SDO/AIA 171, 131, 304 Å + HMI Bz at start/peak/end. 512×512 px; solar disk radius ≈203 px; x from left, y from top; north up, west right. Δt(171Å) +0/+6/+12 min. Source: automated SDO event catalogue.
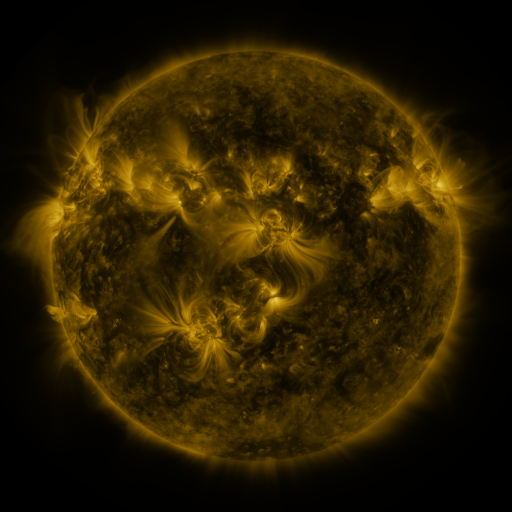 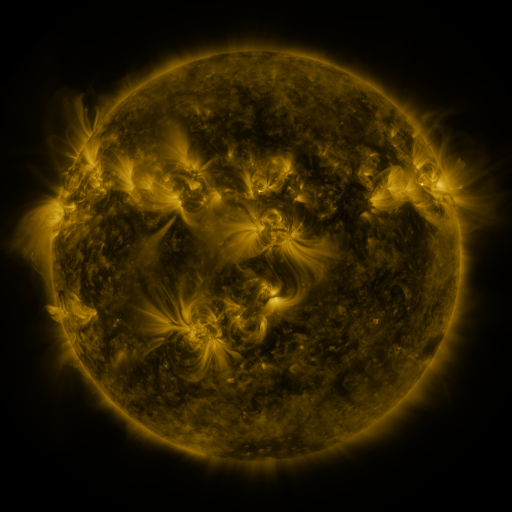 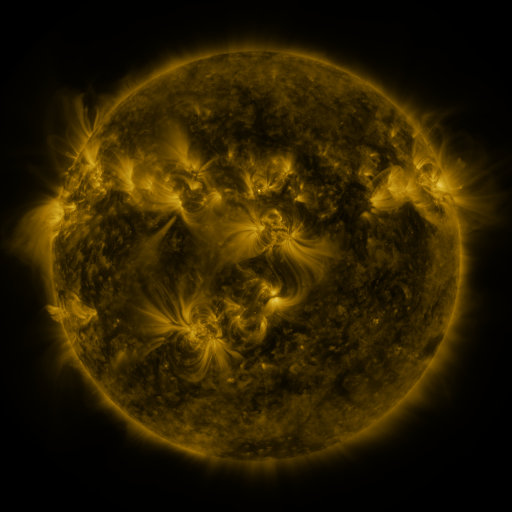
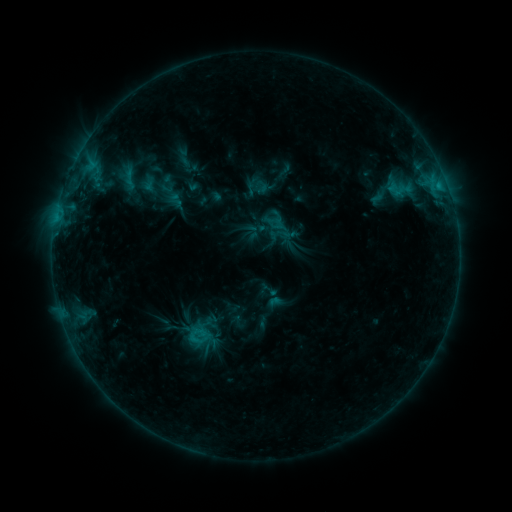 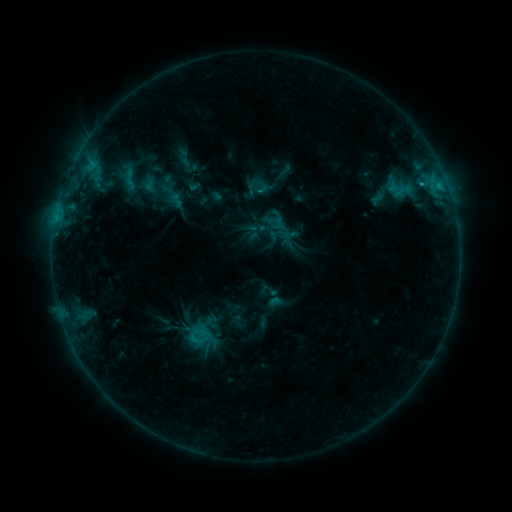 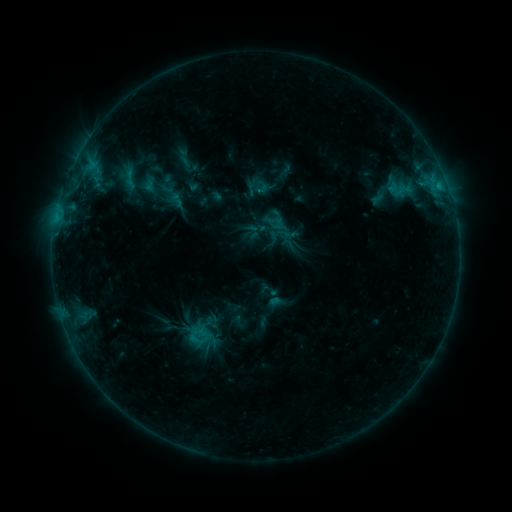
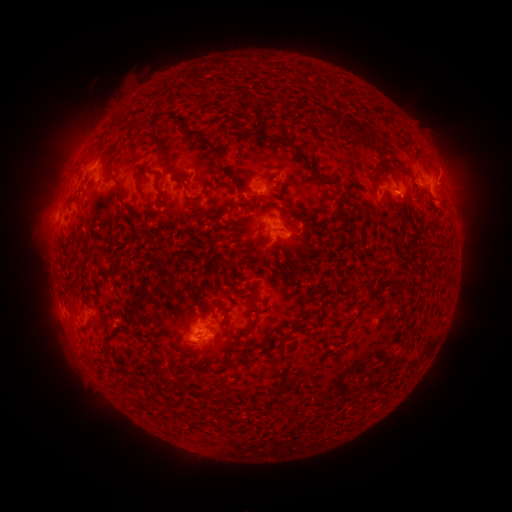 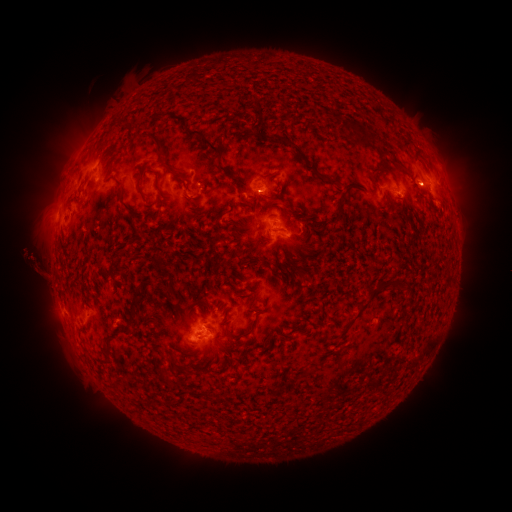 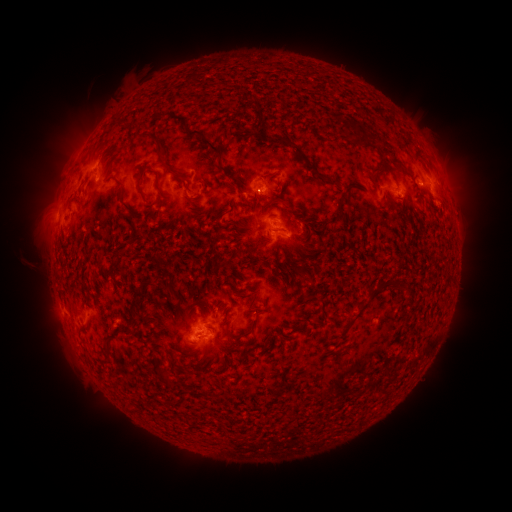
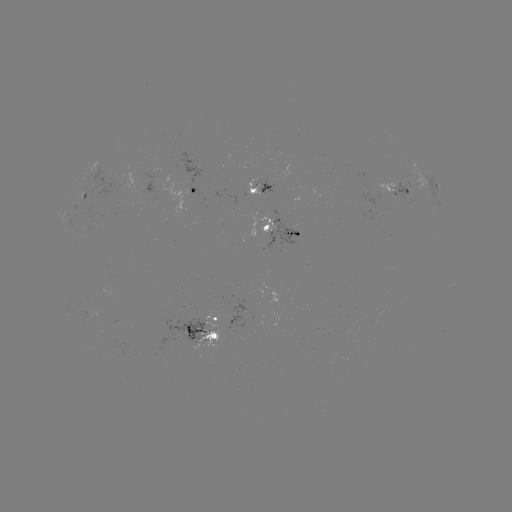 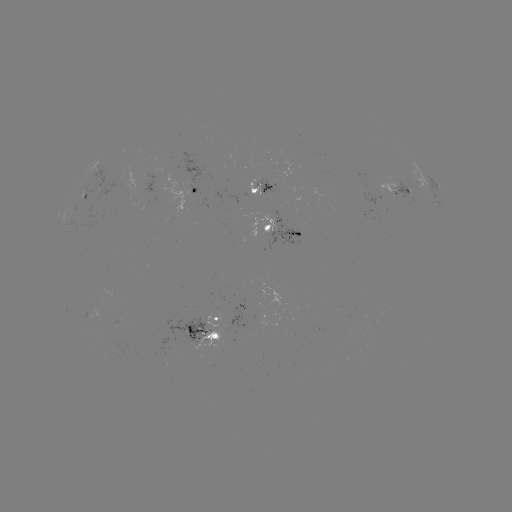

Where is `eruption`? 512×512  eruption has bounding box [7, 235, 68, 302].